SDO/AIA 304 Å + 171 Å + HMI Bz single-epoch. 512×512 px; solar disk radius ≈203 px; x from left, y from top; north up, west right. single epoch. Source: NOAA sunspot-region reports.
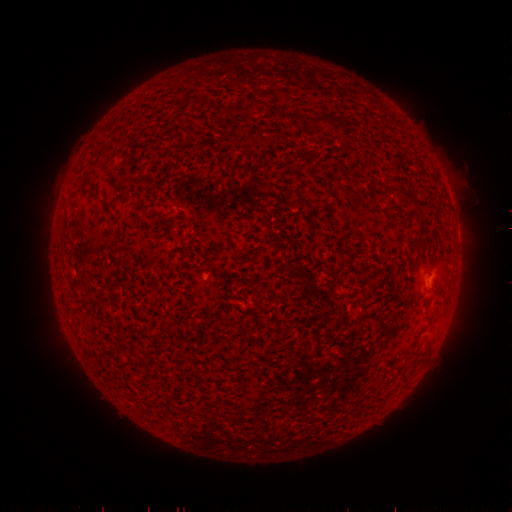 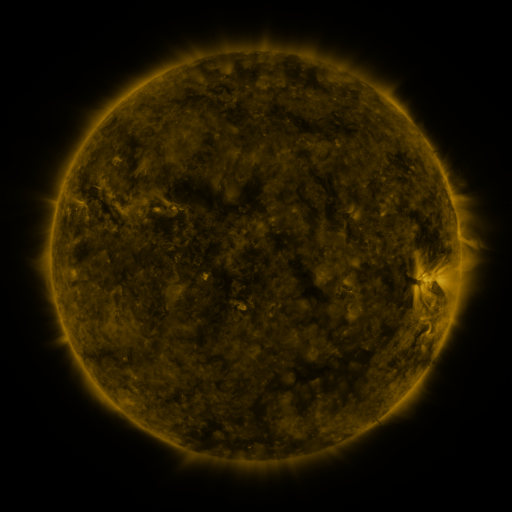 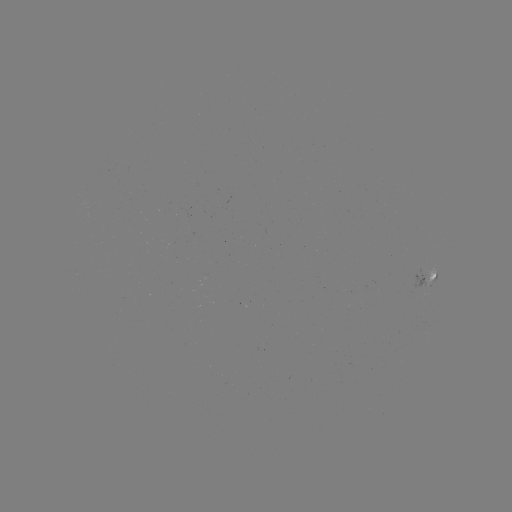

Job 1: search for spotted active region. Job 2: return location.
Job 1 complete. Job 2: (431, 280).